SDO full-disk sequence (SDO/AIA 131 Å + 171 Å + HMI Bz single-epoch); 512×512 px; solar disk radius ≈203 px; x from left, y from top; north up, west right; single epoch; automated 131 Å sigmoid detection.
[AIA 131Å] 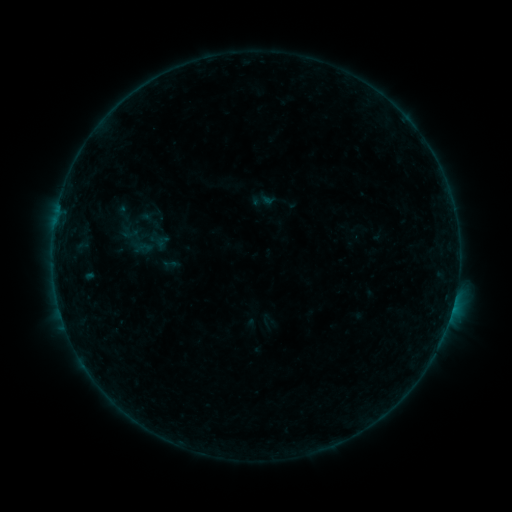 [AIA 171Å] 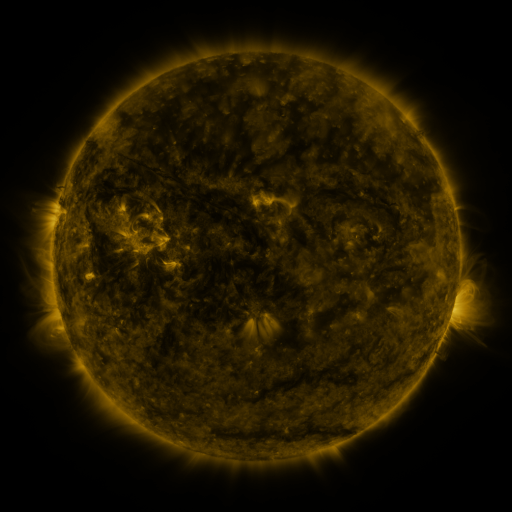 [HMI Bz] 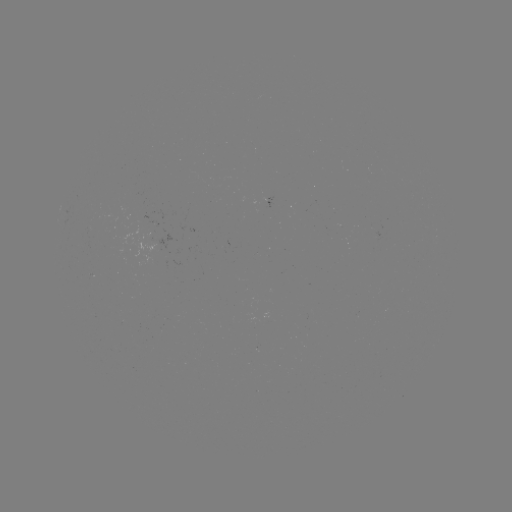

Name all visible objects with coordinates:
sigmoid: (262, 200)
sigmoid: (124, 213)
